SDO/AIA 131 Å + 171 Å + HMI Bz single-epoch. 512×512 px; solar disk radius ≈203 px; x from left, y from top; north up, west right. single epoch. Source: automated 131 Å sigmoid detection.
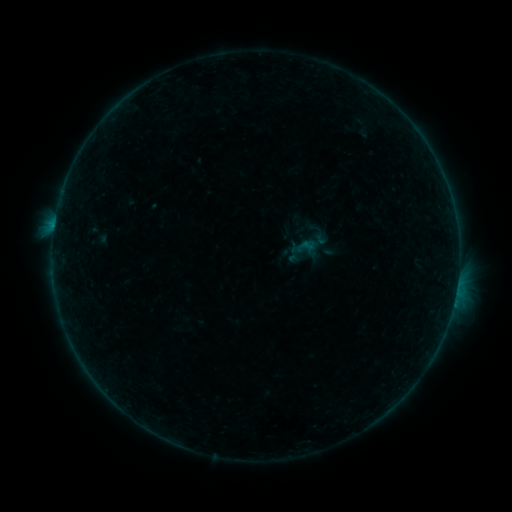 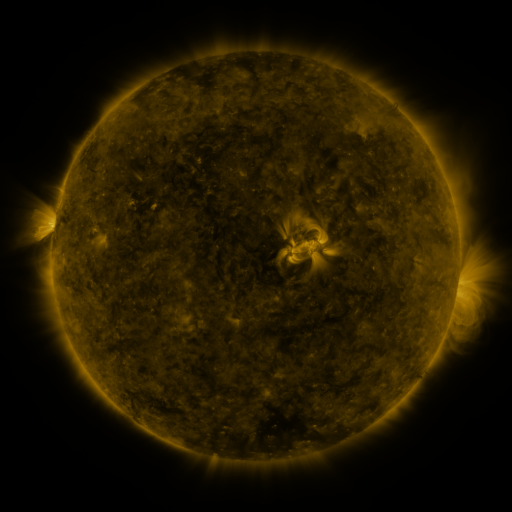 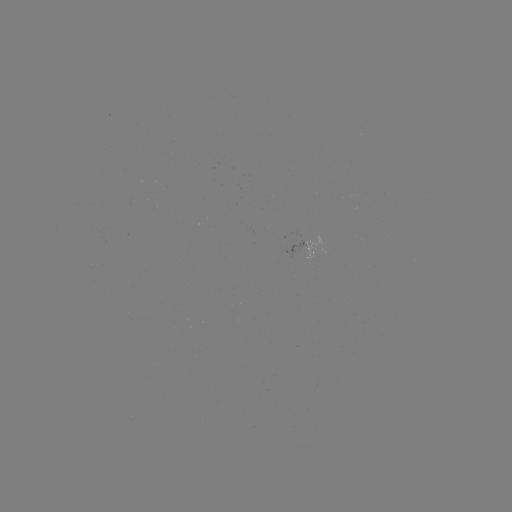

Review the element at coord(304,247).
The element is sigmoid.